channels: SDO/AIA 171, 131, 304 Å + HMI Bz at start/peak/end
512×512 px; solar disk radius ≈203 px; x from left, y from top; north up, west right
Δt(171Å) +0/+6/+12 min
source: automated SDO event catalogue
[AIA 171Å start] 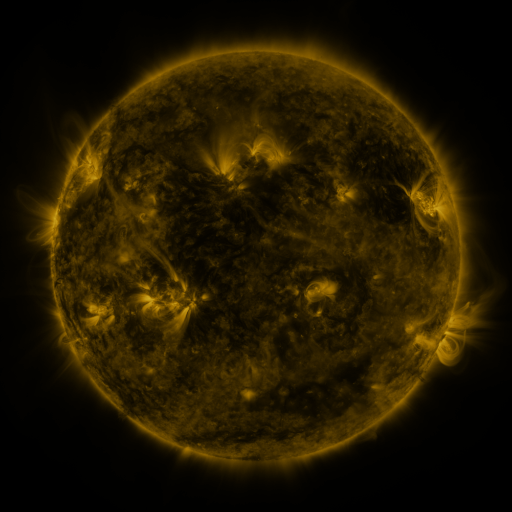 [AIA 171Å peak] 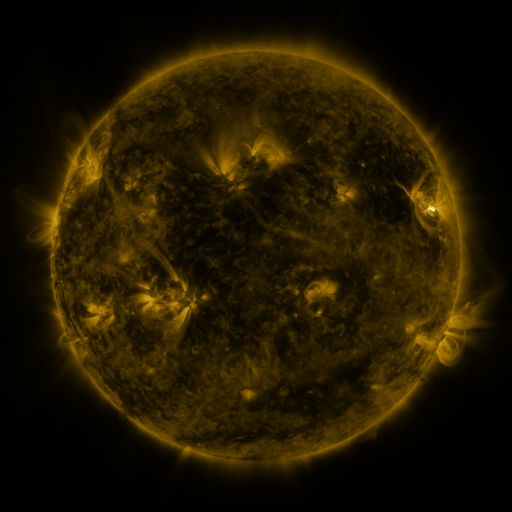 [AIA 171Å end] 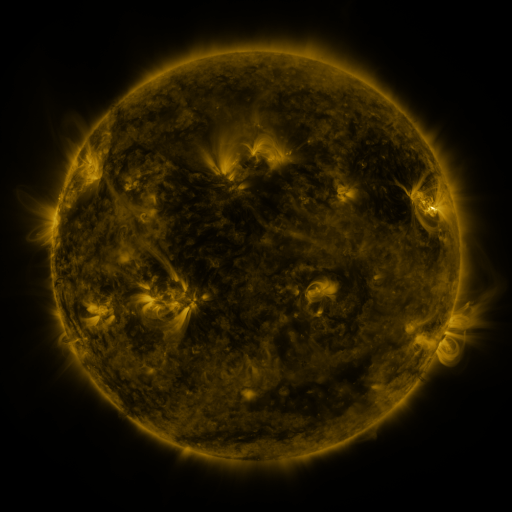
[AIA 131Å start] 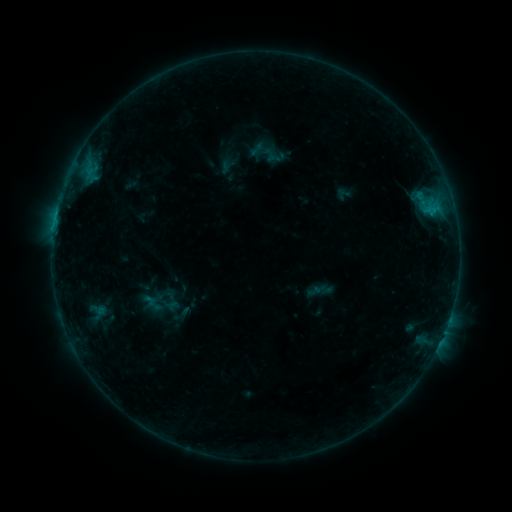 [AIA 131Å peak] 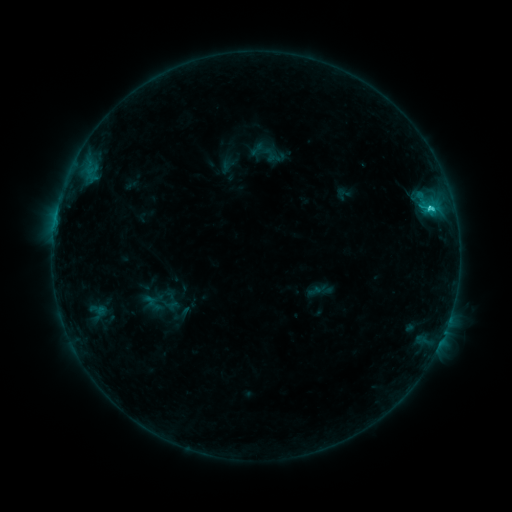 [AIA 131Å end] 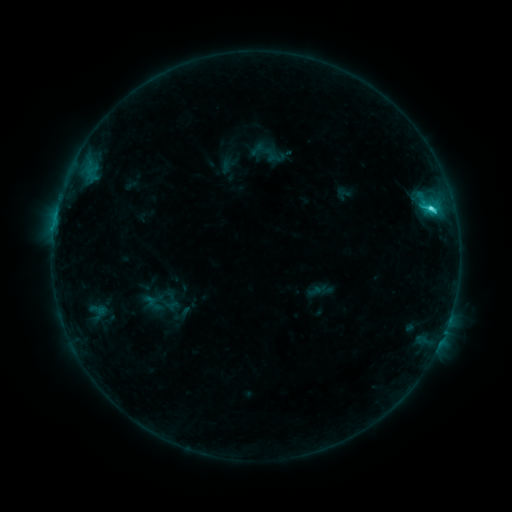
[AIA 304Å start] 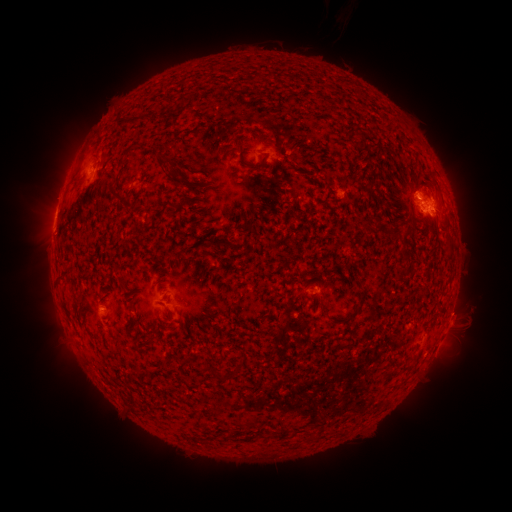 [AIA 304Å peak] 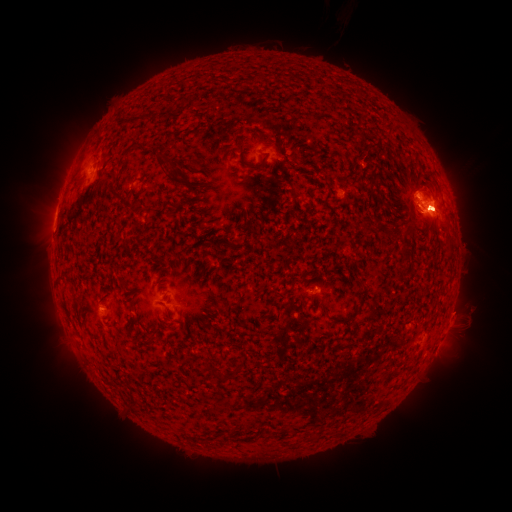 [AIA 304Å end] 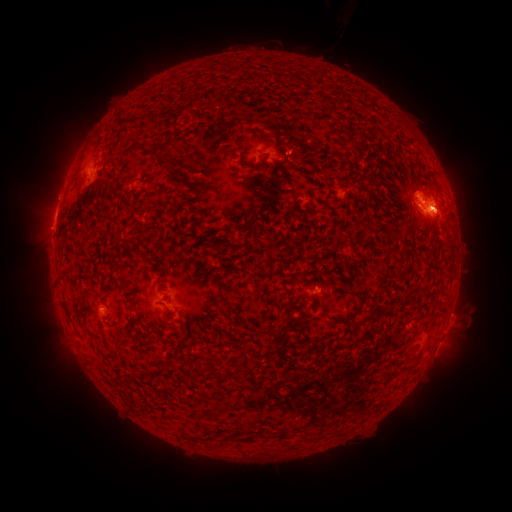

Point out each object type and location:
eruption: (493, 216)
